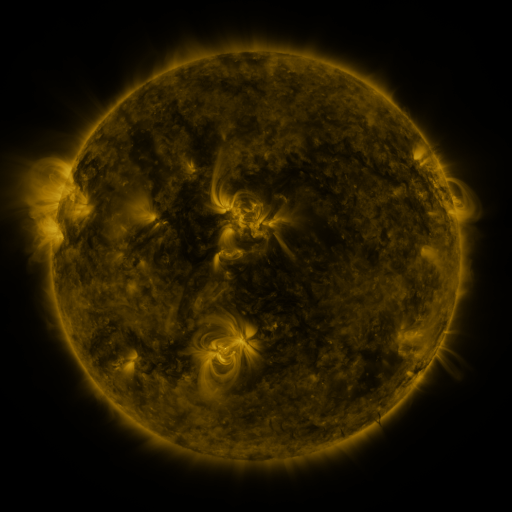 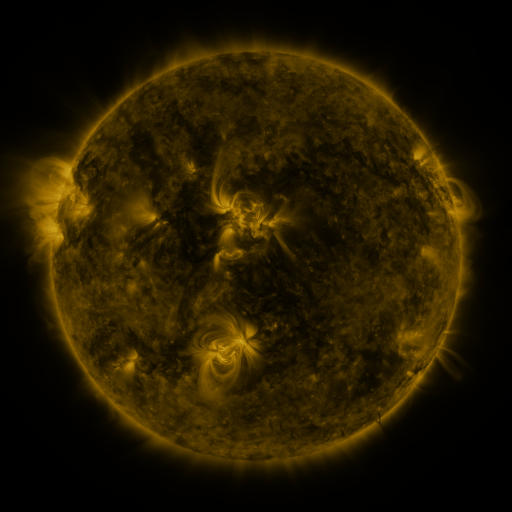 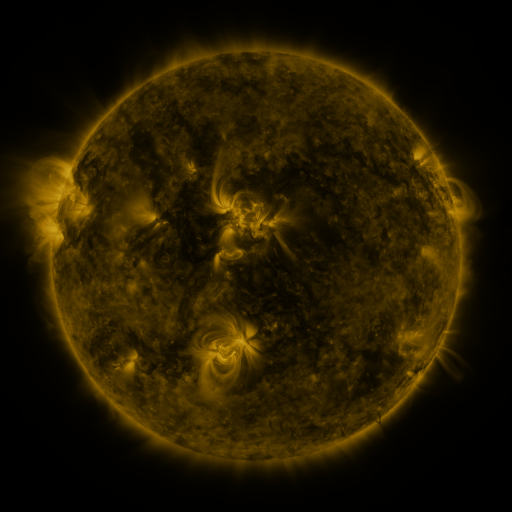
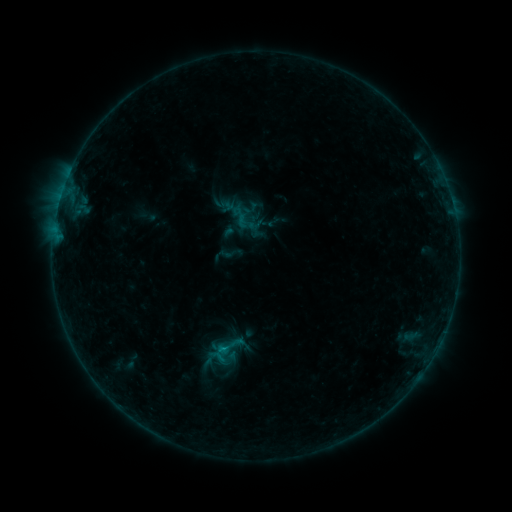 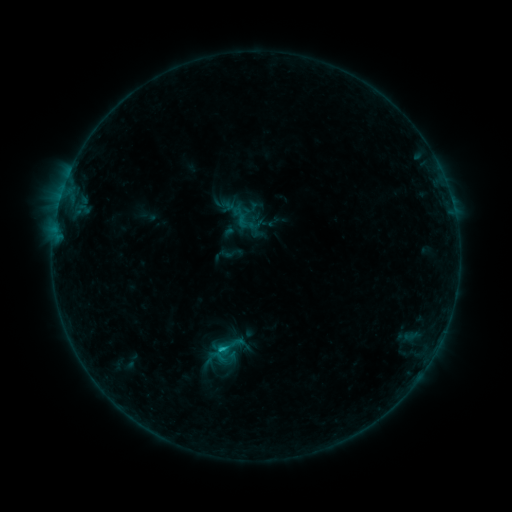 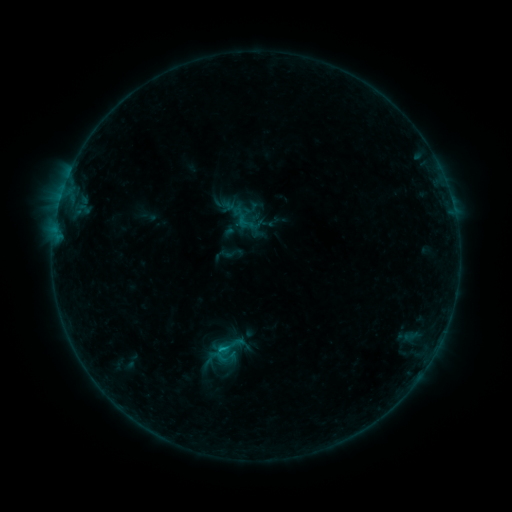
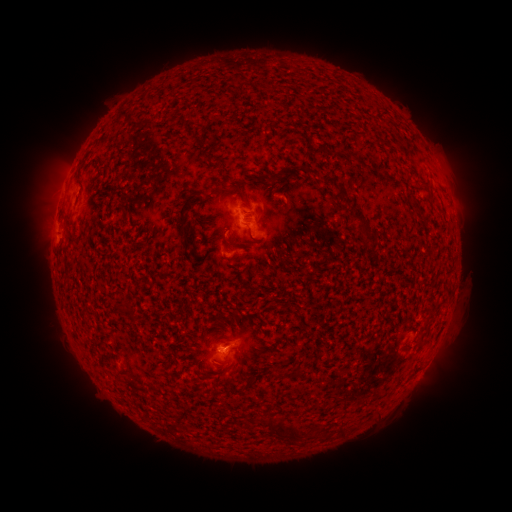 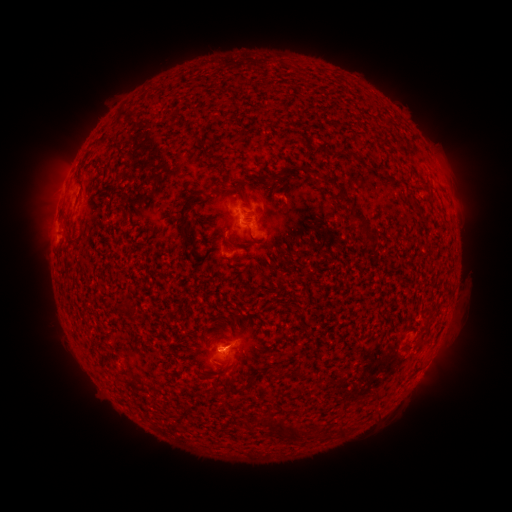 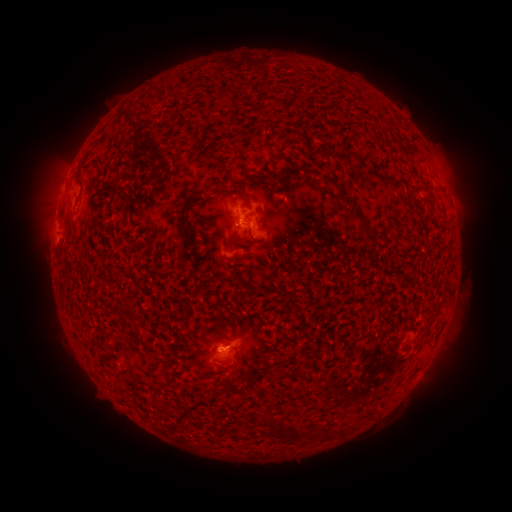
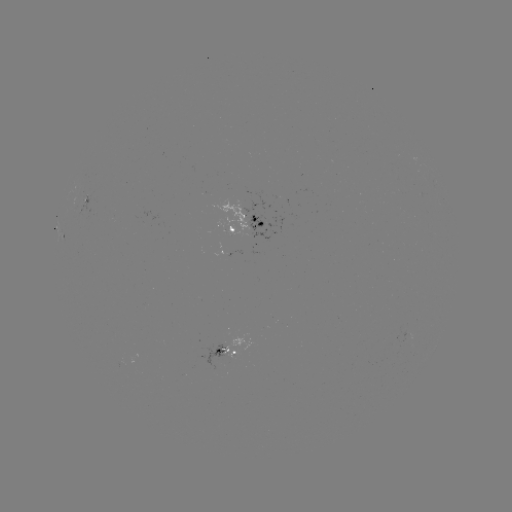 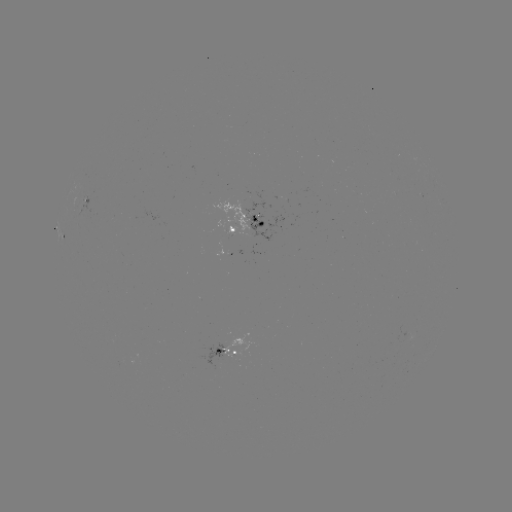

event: flare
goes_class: B5.9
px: (226, 348)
